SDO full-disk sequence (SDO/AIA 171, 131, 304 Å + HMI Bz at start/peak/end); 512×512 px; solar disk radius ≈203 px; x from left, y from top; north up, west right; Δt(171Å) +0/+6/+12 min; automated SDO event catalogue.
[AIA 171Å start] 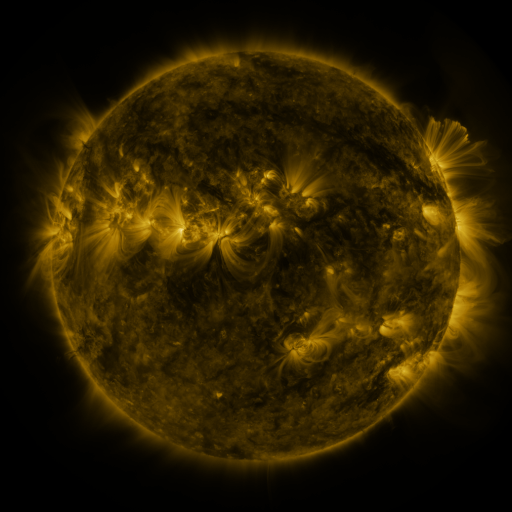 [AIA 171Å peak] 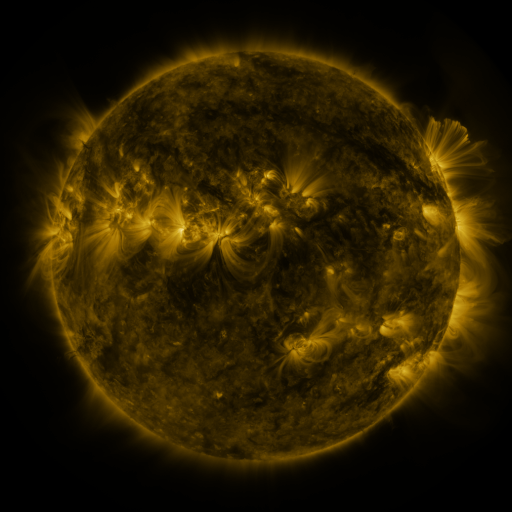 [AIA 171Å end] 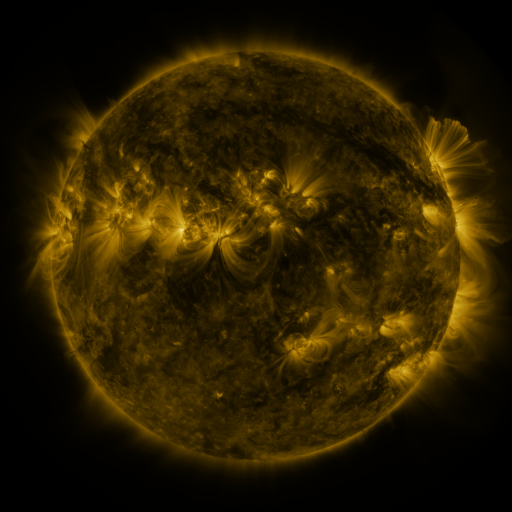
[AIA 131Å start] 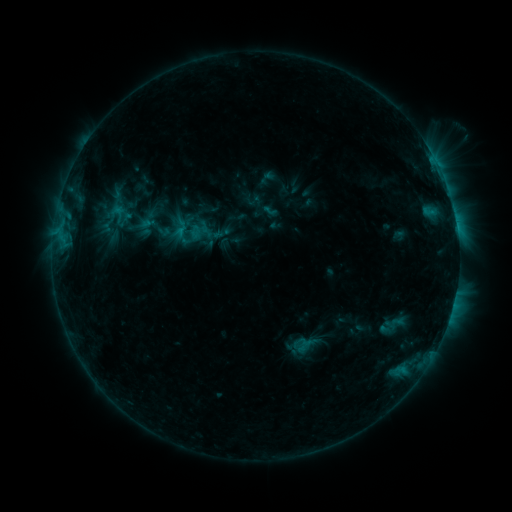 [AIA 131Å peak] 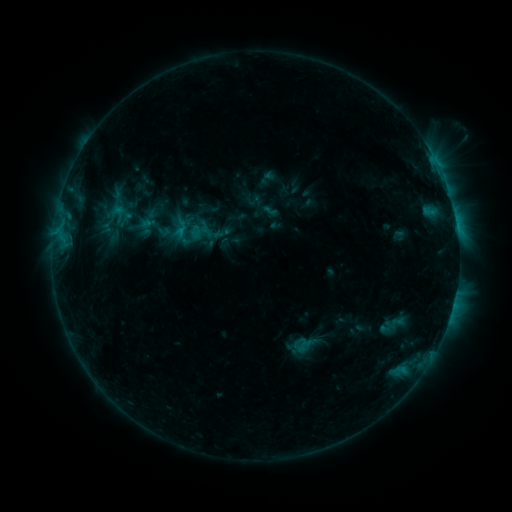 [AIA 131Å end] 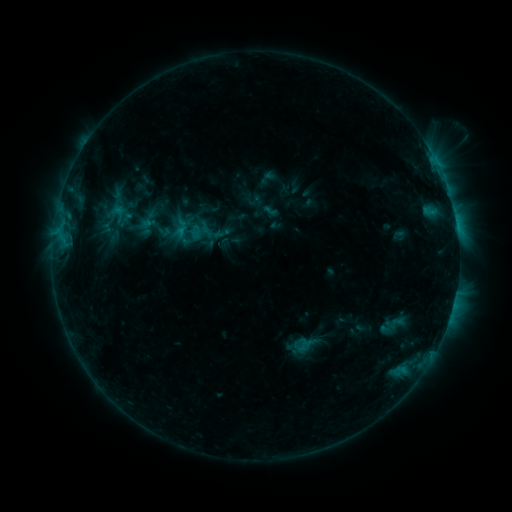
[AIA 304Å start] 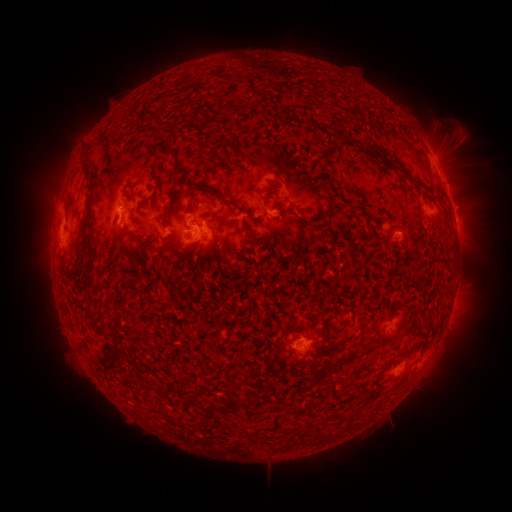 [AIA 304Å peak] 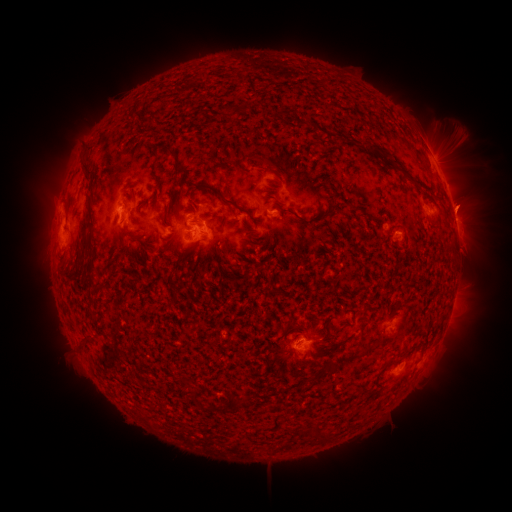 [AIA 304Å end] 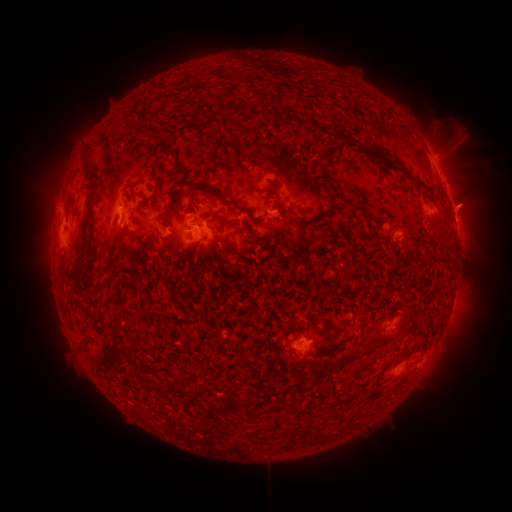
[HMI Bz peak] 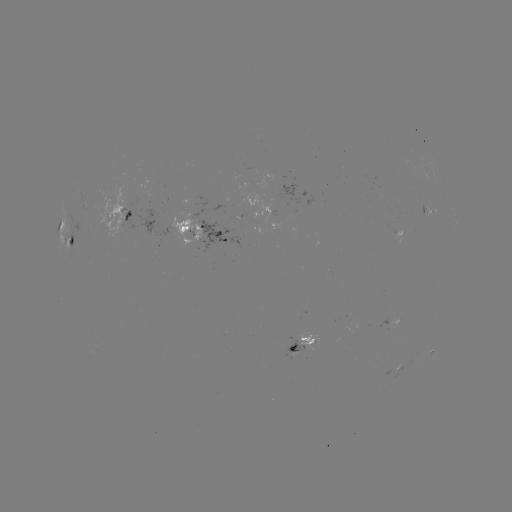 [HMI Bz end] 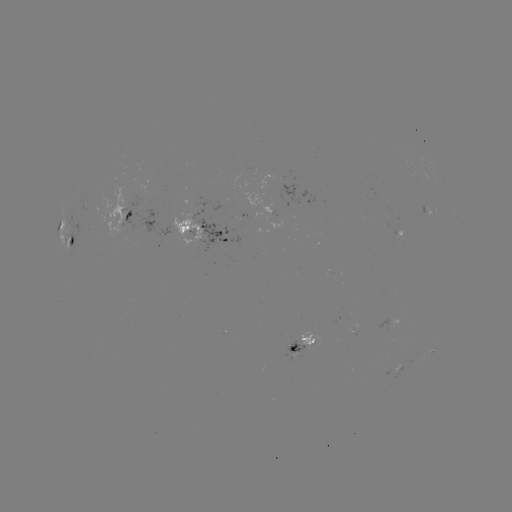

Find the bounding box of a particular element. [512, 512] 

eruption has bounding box [438, 178, 499, 230].